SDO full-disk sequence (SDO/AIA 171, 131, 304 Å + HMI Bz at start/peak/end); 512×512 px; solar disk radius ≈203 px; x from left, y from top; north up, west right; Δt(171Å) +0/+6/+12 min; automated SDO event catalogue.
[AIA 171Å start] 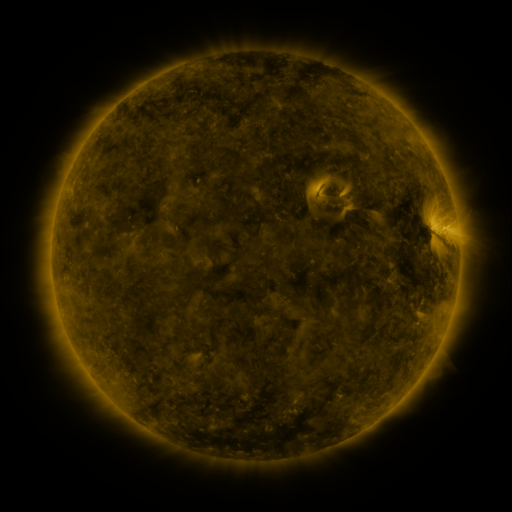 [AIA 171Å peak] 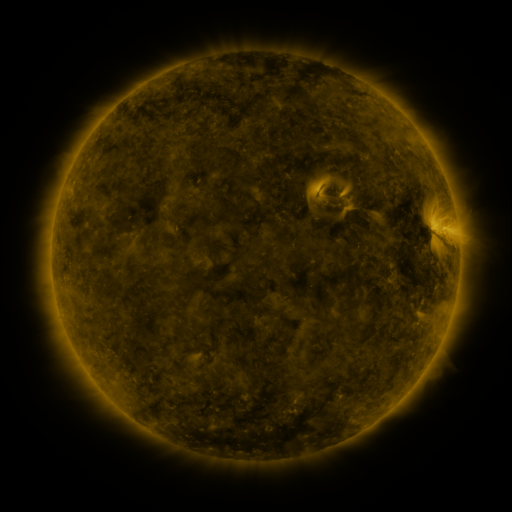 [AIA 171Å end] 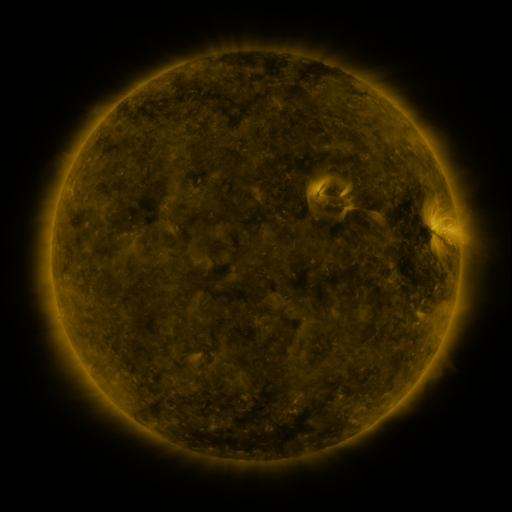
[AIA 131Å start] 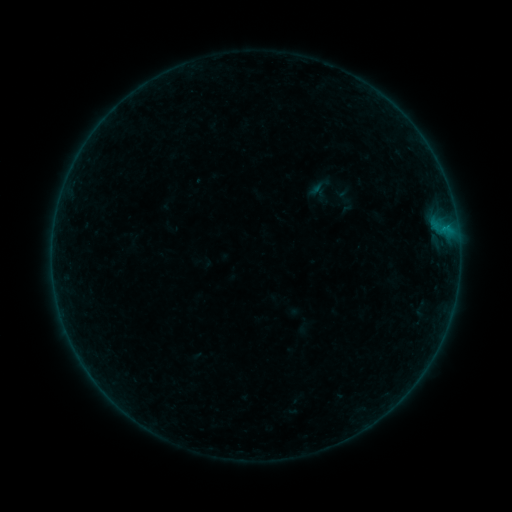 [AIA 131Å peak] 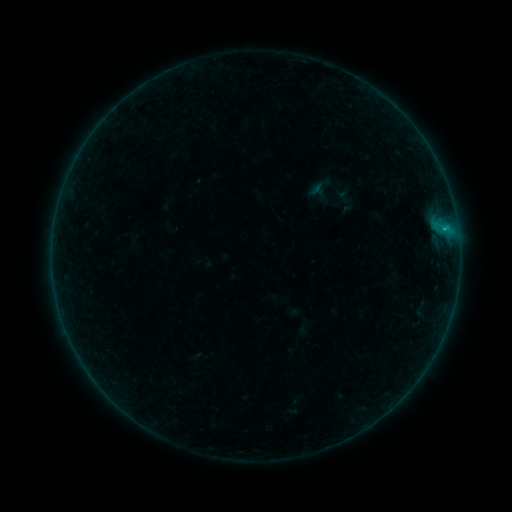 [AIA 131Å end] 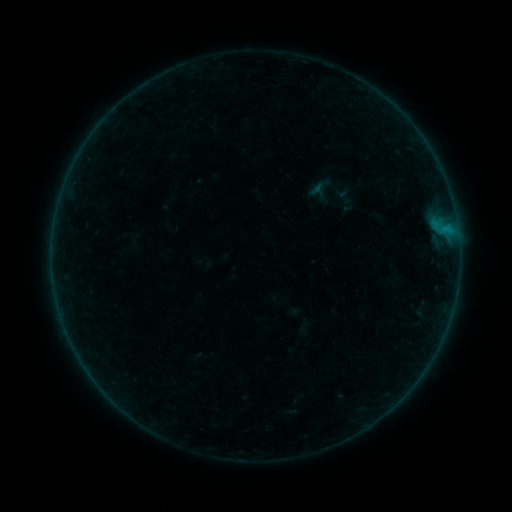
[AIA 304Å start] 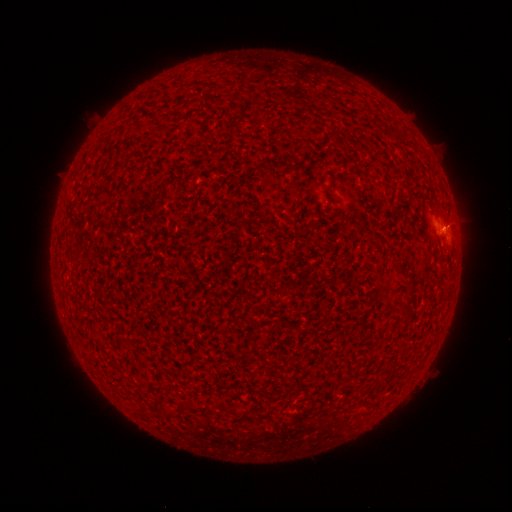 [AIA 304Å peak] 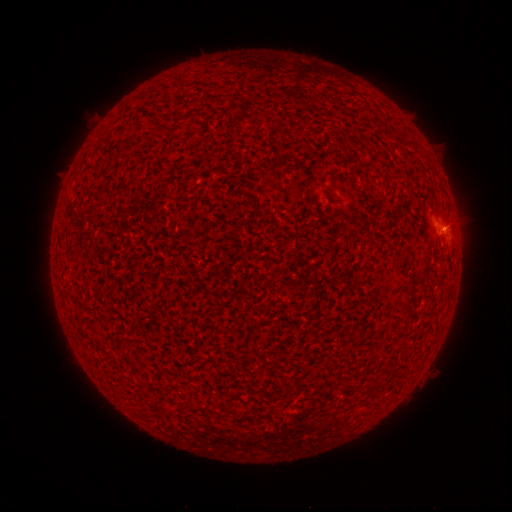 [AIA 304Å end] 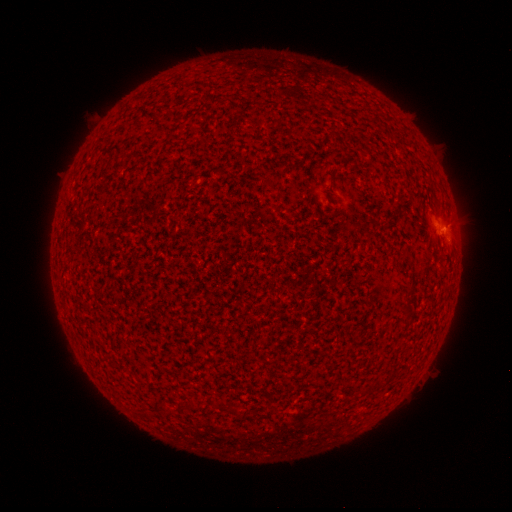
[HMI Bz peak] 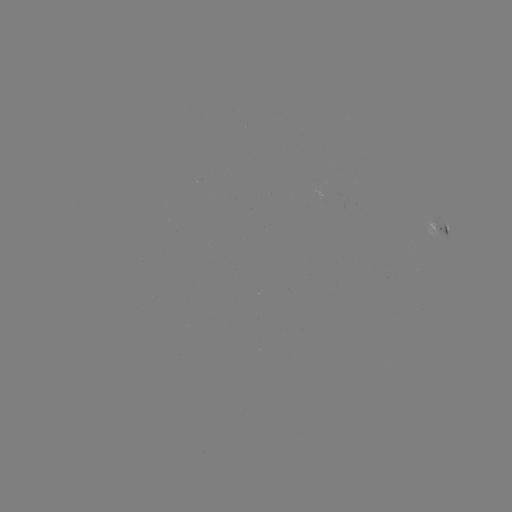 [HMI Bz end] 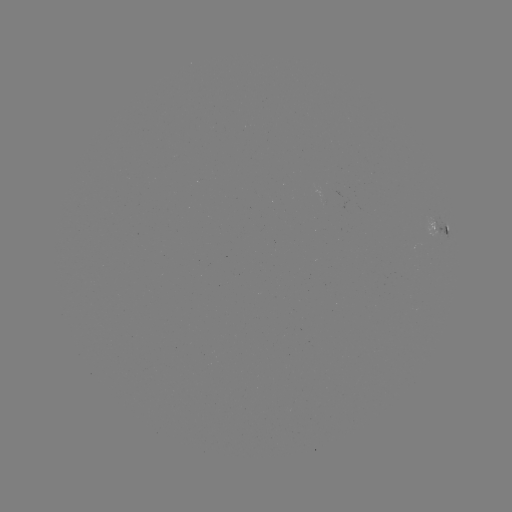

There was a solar flare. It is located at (443, 230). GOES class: B2.6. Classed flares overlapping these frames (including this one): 1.